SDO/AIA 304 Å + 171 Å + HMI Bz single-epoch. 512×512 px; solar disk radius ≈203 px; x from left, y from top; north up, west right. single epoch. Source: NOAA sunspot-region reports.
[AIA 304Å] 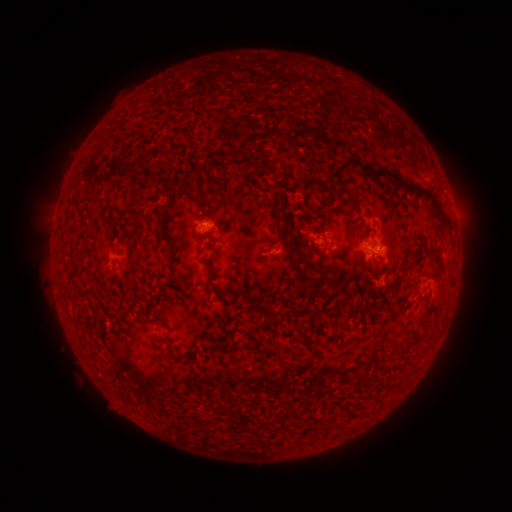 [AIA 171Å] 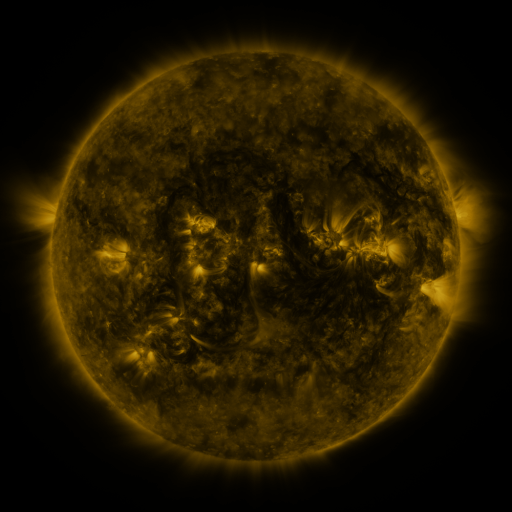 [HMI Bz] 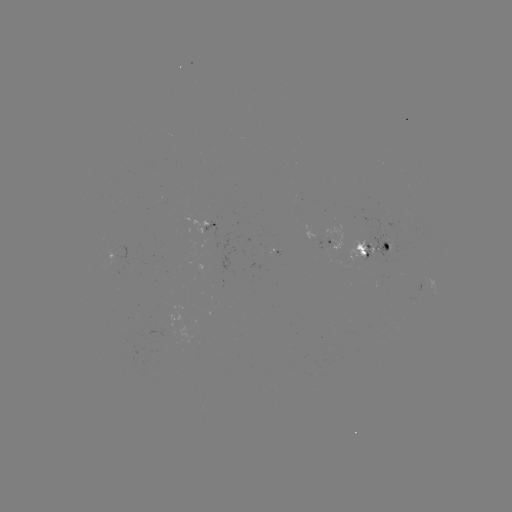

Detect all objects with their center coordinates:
spotted active region: (208, 231)
spotted active region: (320, 237)
spotted active region: (377, 248)
